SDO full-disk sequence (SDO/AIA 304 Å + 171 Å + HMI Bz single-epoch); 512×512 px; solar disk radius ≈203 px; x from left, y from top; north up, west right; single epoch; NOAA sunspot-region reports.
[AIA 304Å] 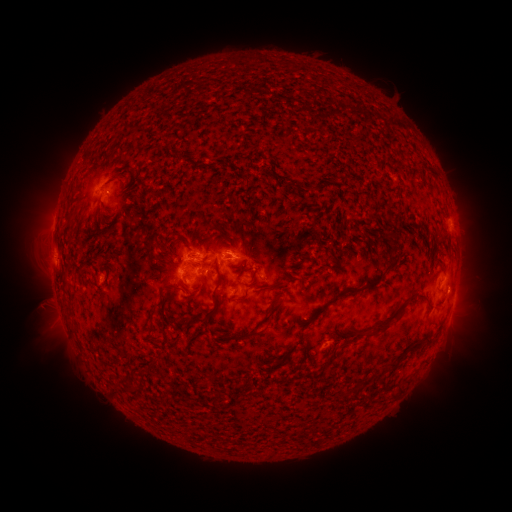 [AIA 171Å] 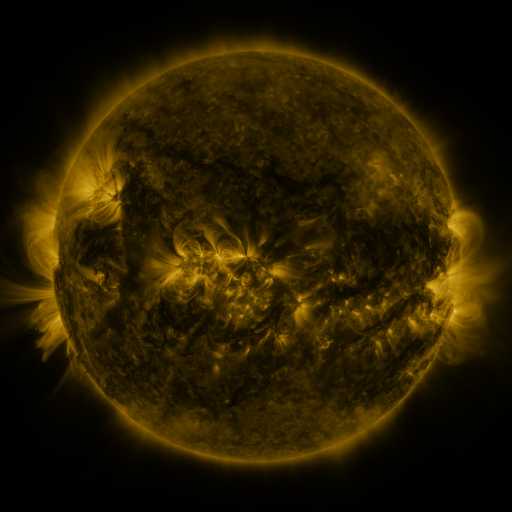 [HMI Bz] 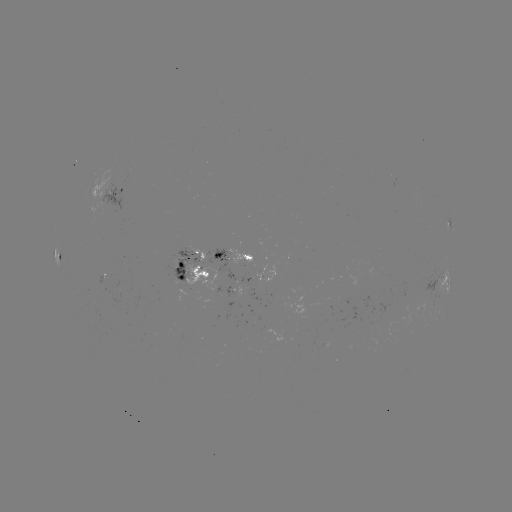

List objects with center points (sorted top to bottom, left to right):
spotted active region: (109, 190)
spotted active region: (446, 219)
spotted active region: (234, 255)
spotted active region: (63, 258)
spotted active region: (190, 267)
spotted active region: (446, 279)
spotted active region: (242, 287)
spotted active region: (453, 303)
